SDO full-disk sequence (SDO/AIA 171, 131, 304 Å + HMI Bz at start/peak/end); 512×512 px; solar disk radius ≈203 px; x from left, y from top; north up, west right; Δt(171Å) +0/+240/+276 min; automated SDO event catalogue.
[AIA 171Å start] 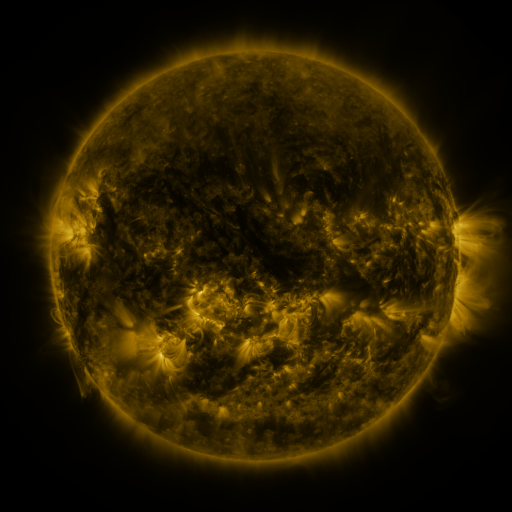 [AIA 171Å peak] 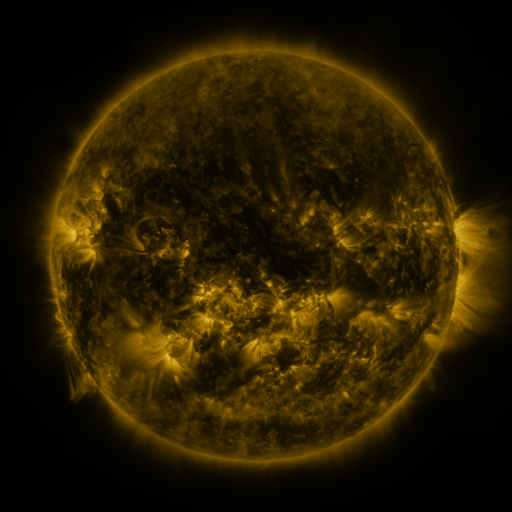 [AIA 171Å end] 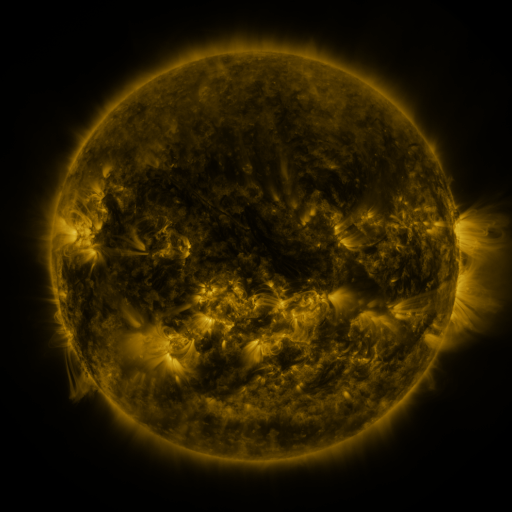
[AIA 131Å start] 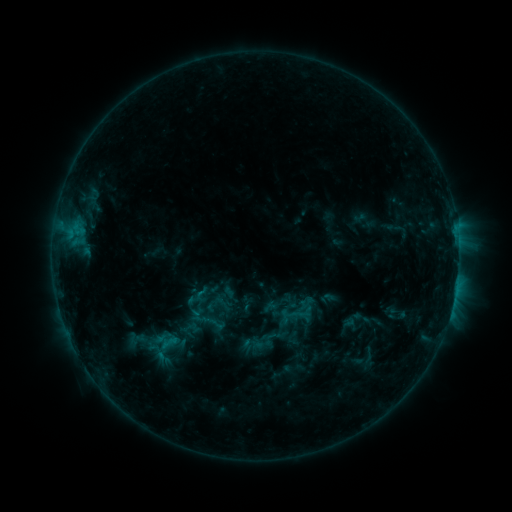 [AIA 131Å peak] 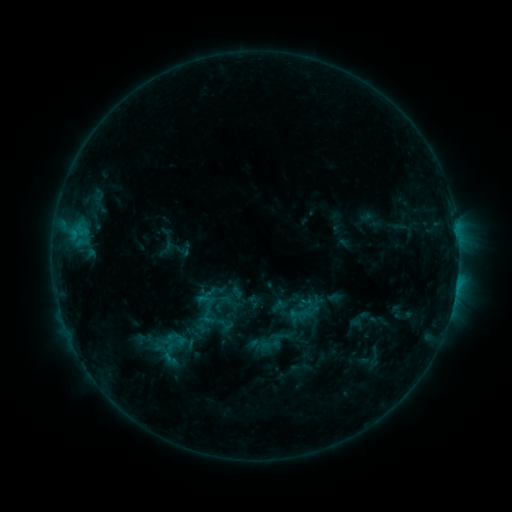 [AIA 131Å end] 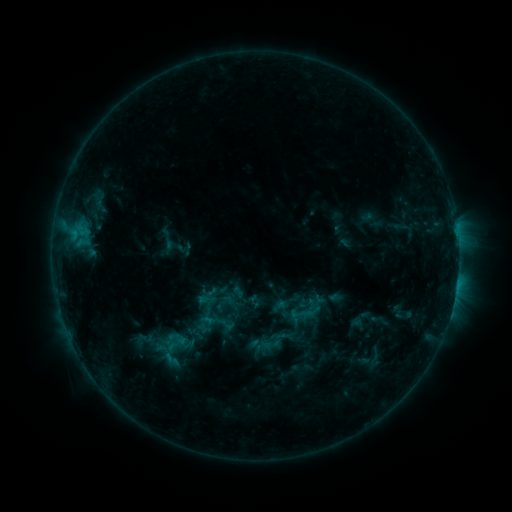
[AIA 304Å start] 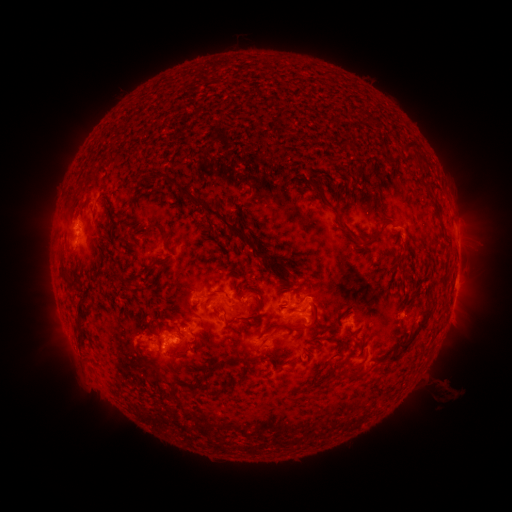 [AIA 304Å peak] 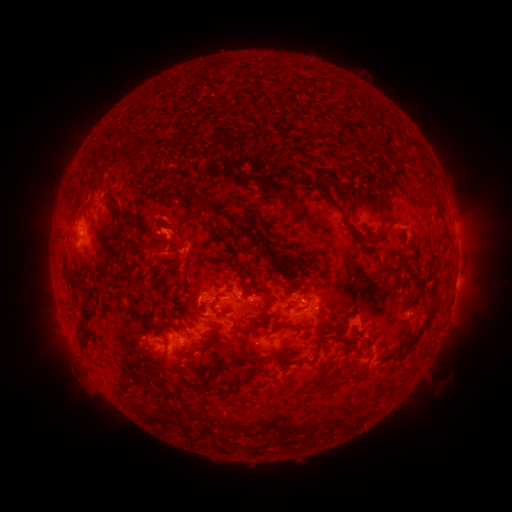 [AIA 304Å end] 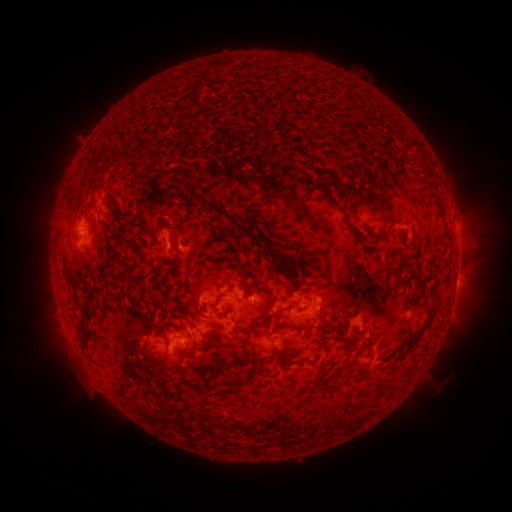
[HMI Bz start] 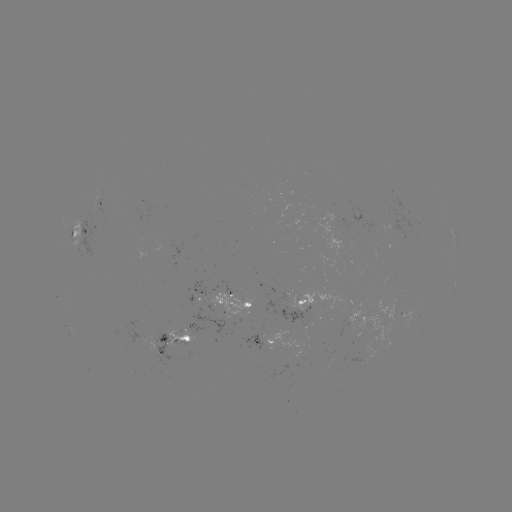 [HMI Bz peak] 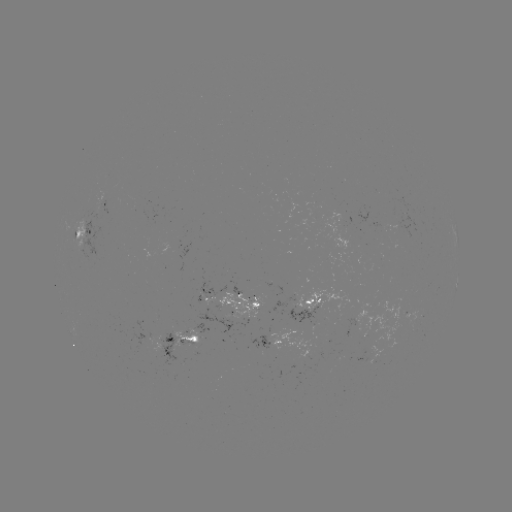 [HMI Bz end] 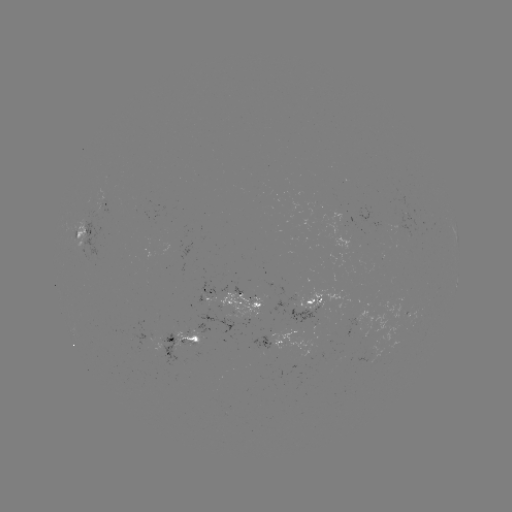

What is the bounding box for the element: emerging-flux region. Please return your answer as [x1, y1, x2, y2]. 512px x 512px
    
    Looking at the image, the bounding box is [169, 327, 200, 350].